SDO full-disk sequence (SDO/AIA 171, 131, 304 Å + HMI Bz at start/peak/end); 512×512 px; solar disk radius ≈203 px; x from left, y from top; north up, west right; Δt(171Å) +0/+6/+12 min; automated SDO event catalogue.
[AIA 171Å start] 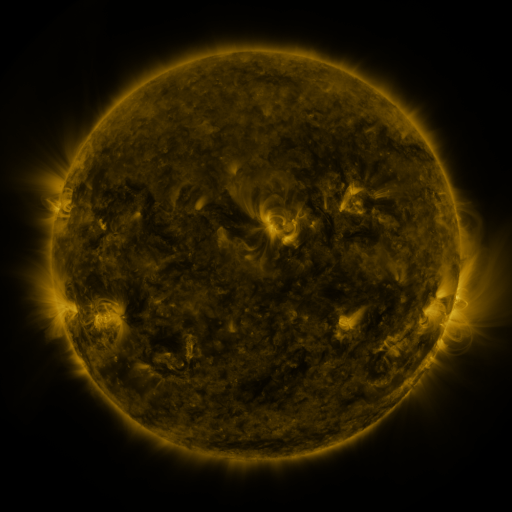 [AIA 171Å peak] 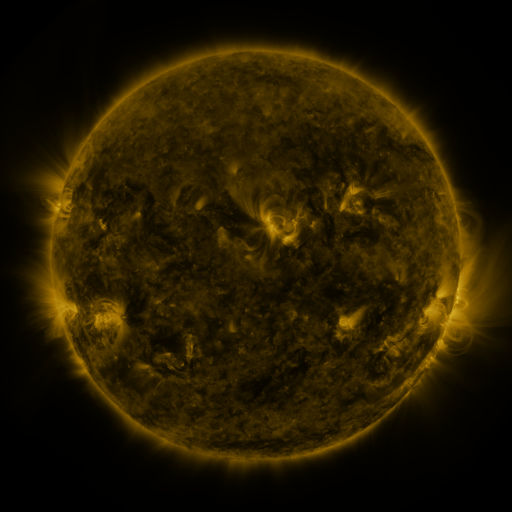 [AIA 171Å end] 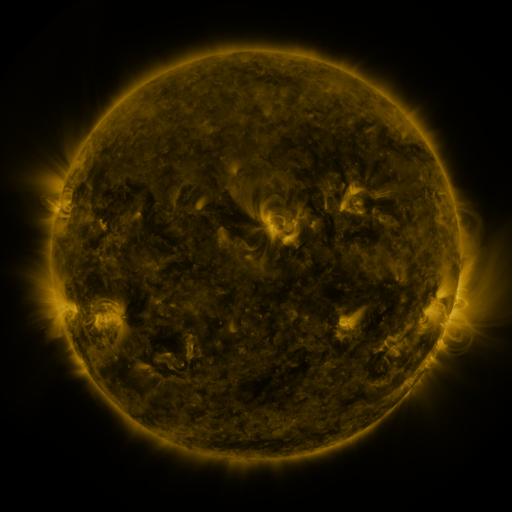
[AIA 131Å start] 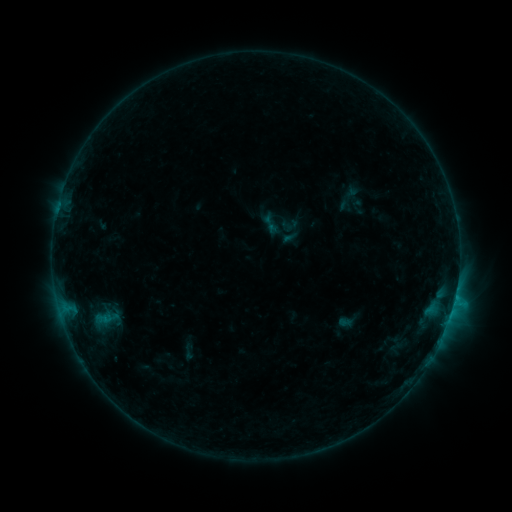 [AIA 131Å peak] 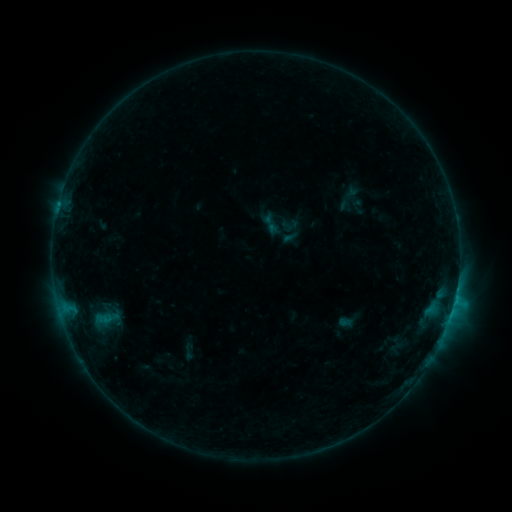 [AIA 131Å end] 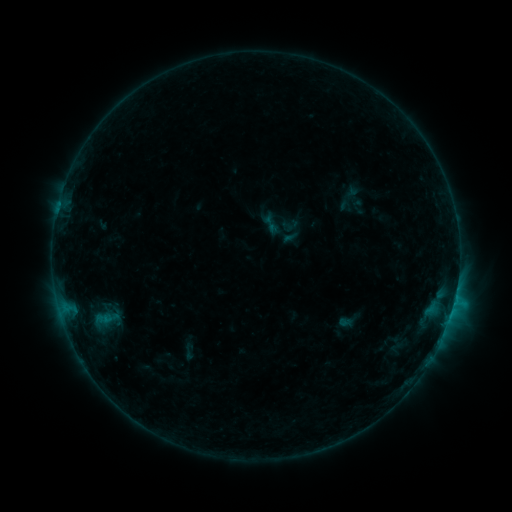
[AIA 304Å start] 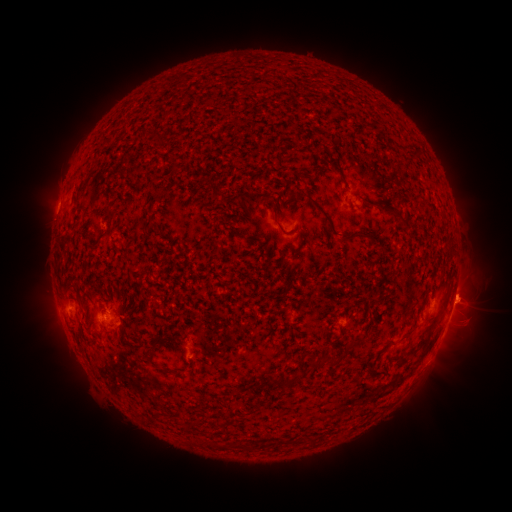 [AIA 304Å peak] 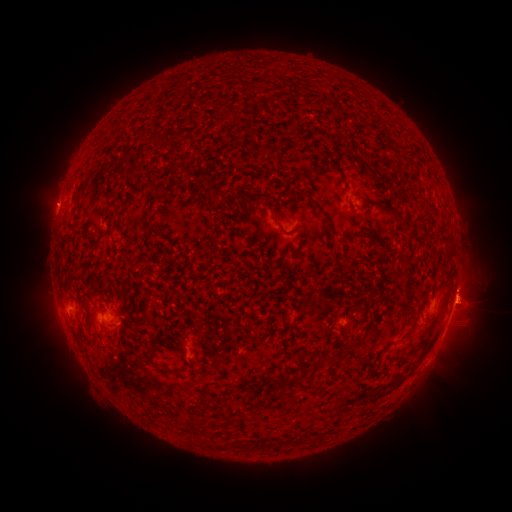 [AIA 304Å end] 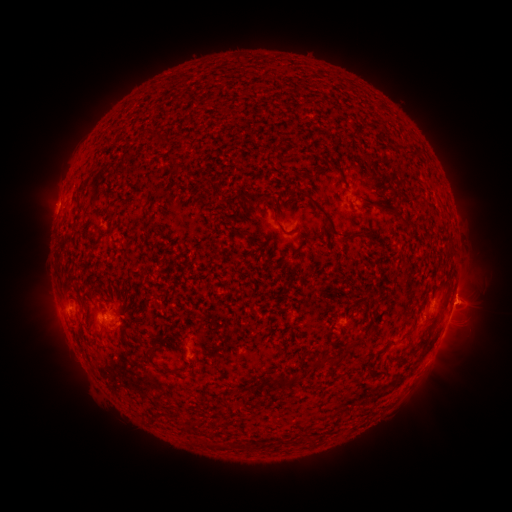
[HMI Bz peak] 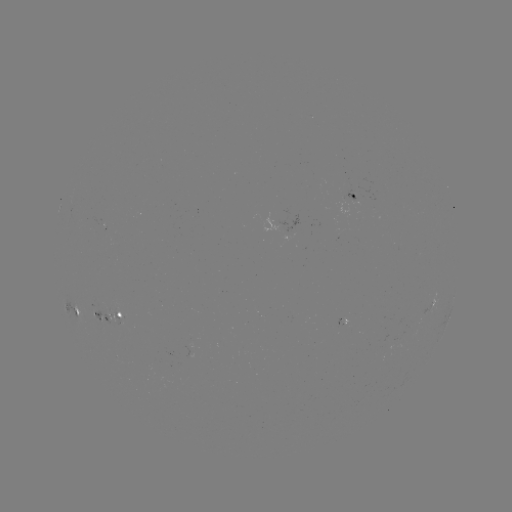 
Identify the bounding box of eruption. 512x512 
[27, 182, 75, 227].